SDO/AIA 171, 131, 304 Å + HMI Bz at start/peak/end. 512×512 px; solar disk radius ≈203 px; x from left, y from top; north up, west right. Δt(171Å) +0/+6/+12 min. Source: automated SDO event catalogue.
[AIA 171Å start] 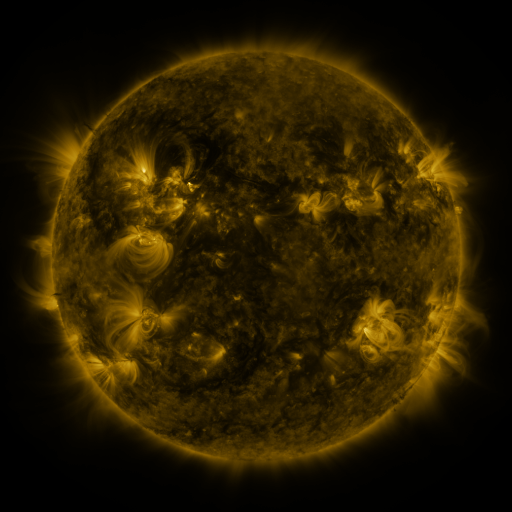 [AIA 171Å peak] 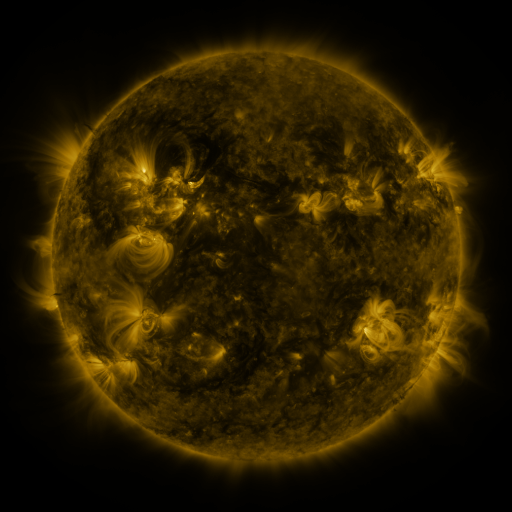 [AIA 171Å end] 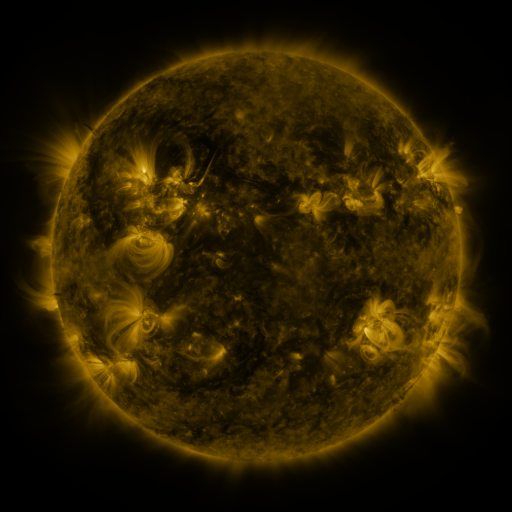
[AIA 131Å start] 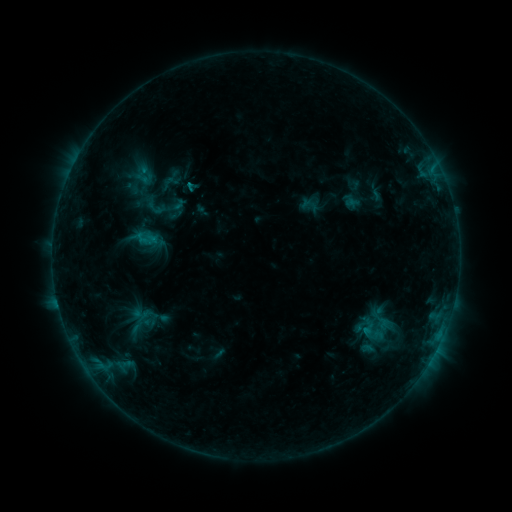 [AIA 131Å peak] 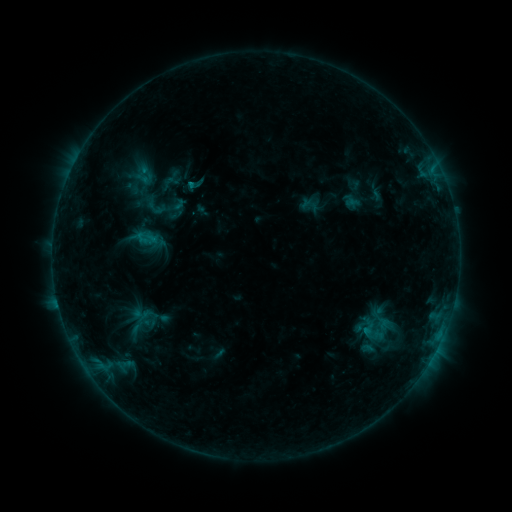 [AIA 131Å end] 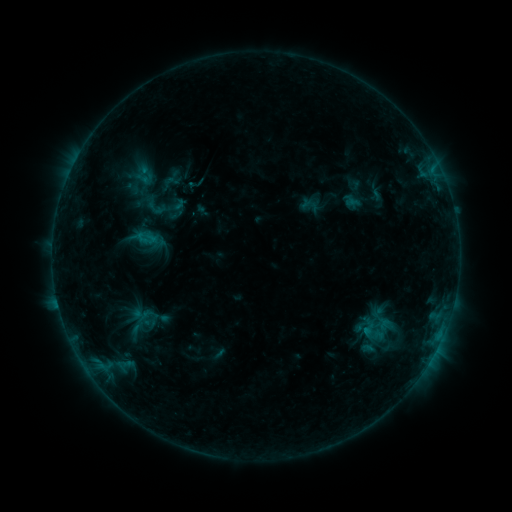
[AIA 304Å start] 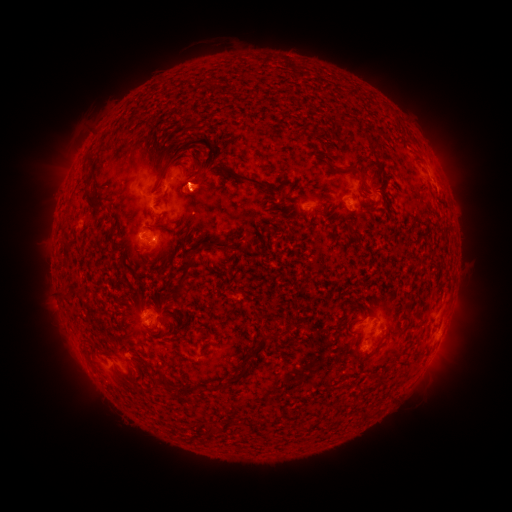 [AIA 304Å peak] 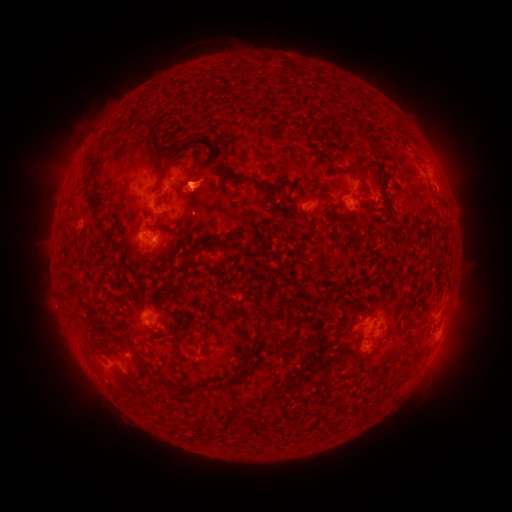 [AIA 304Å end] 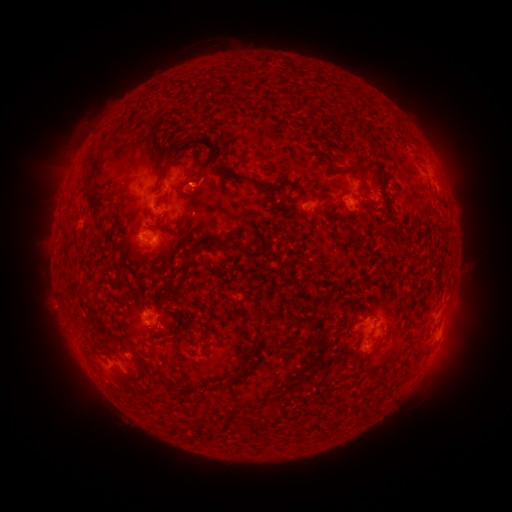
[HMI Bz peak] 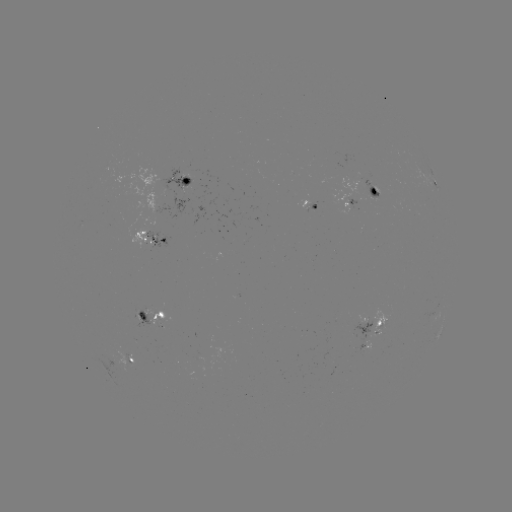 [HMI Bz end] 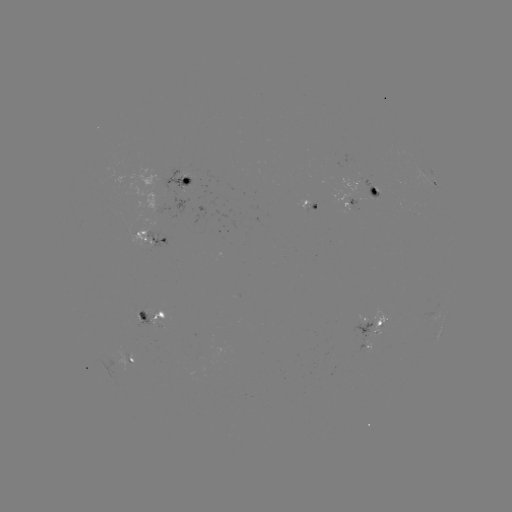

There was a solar eruption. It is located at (204, 183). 